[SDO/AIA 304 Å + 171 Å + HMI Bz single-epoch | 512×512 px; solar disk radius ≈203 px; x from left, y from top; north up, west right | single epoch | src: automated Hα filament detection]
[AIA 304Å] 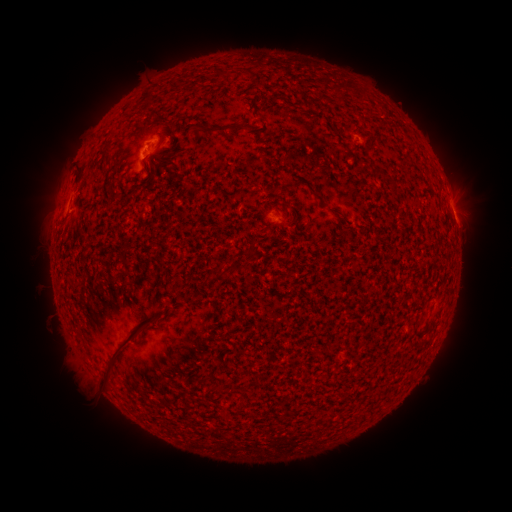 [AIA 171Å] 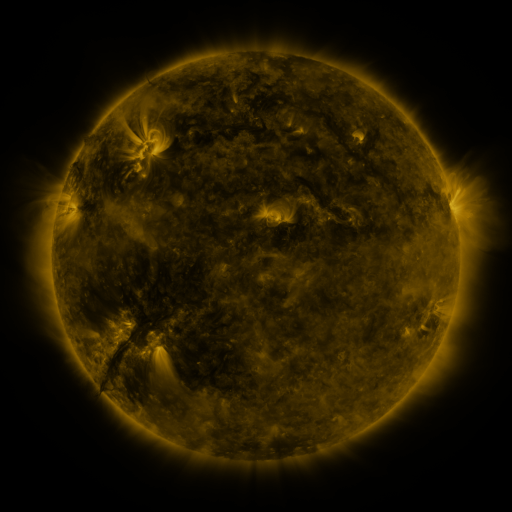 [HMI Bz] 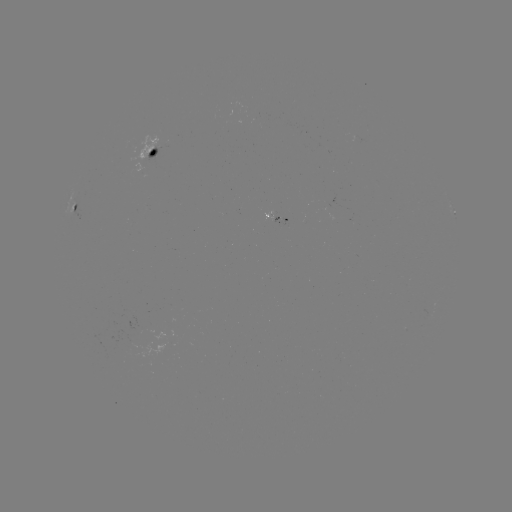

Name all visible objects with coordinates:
filament: (212, 130)
filament: (80, 175)
filament: (220, 271)
filament: (120, 344)
